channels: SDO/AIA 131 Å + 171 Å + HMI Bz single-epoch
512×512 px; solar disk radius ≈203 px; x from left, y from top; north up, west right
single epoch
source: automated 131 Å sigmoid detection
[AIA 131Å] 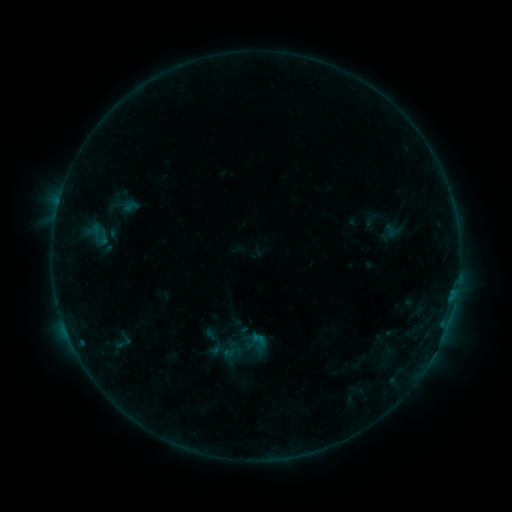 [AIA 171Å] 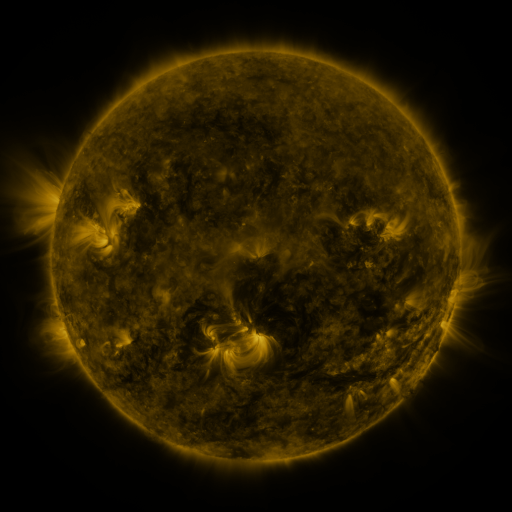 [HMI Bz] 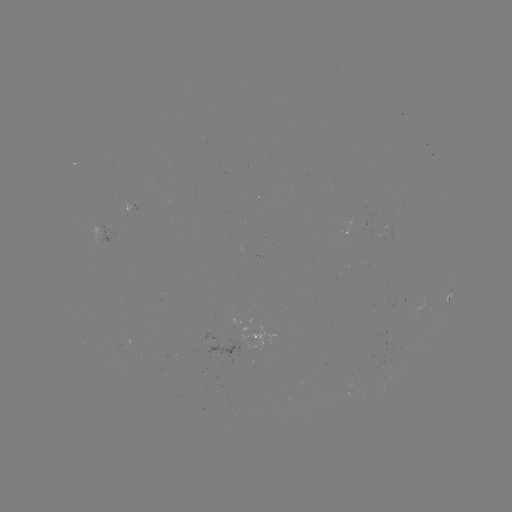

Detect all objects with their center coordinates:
sigmoid: (213, 320, 272, 375)
